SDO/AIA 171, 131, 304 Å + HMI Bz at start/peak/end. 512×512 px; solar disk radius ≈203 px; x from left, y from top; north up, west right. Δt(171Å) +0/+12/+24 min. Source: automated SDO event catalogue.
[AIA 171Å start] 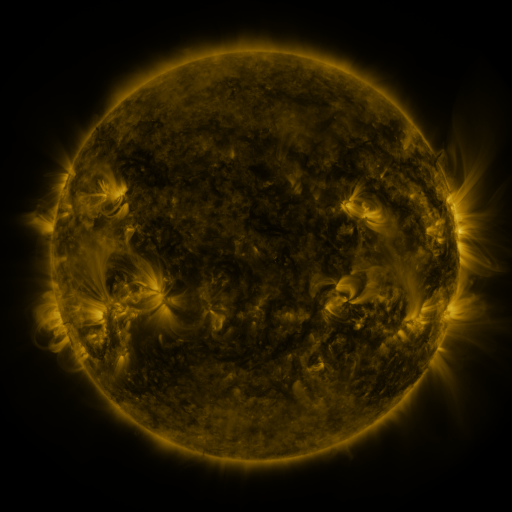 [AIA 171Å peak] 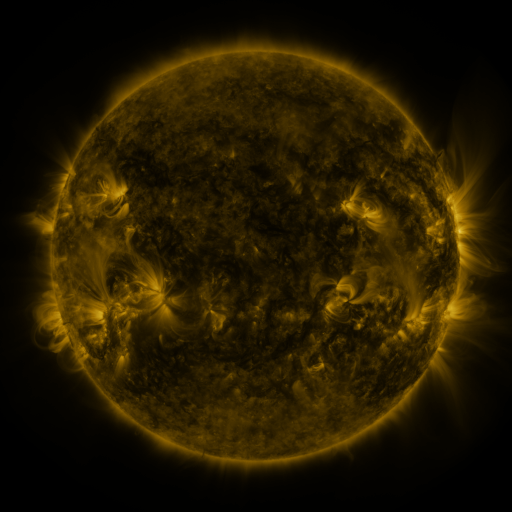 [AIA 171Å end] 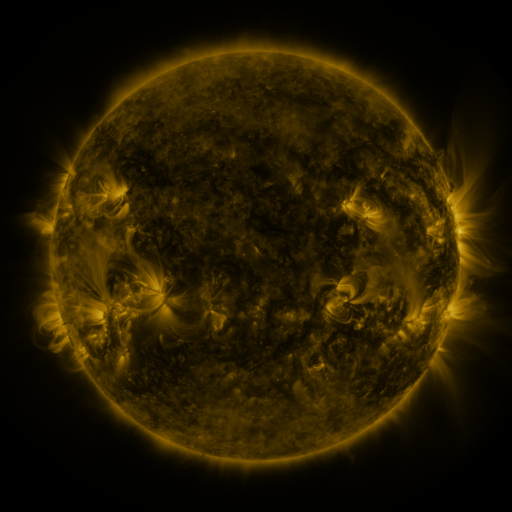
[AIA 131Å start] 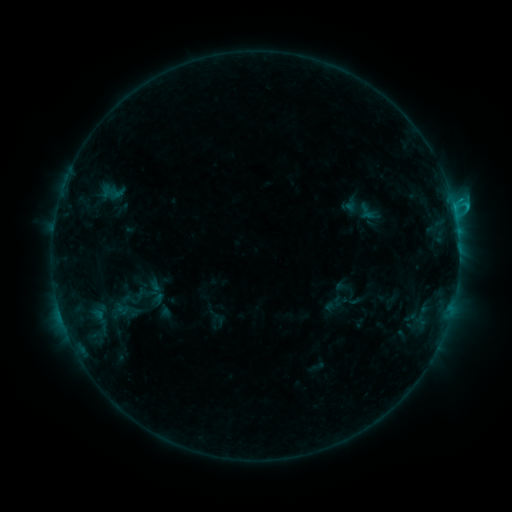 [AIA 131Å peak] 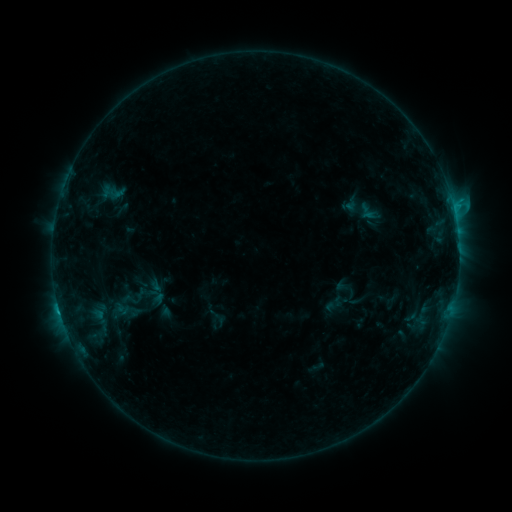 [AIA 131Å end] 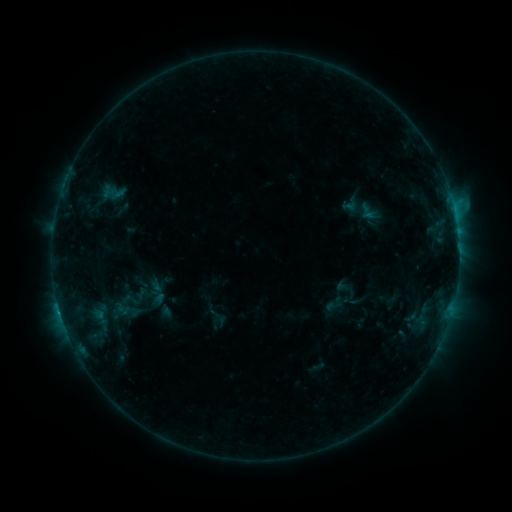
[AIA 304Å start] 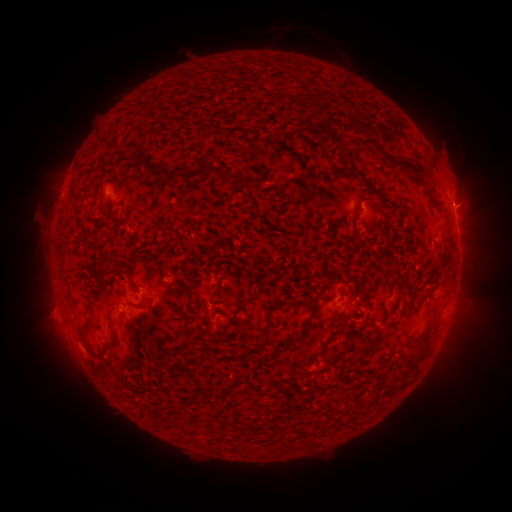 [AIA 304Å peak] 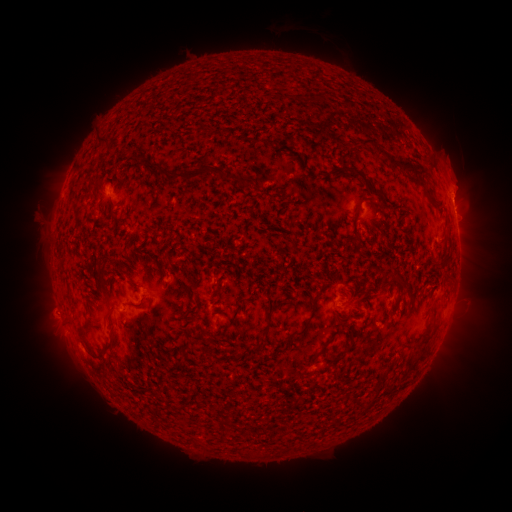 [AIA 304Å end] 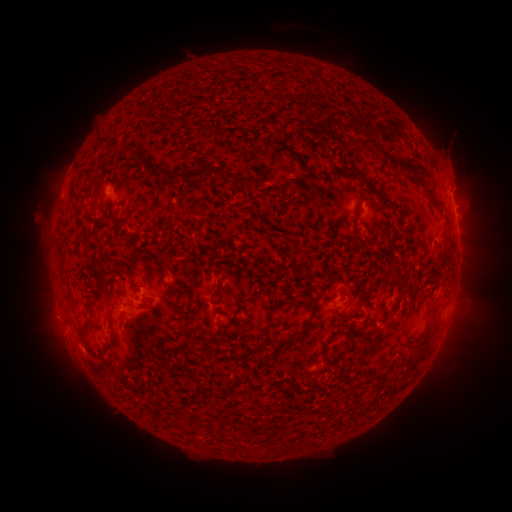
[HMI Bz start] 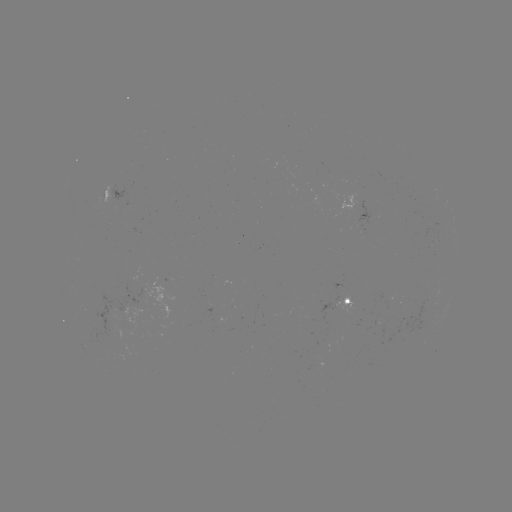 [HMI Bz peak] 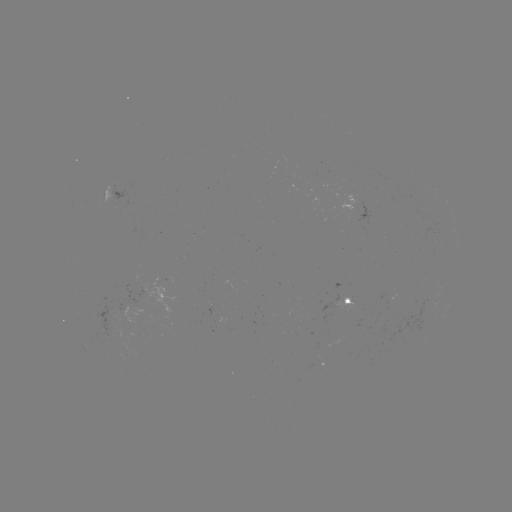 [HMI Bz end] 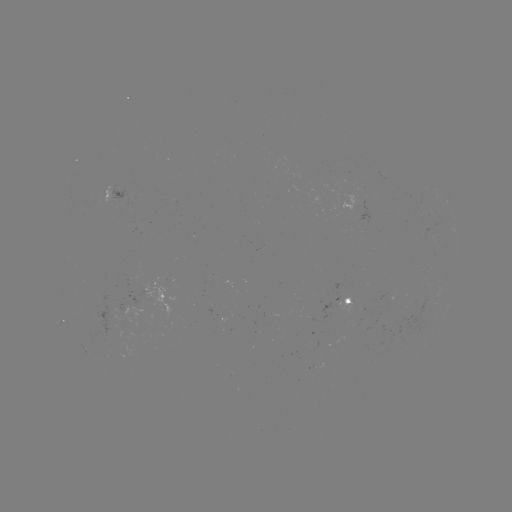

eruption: <bbox>433, 161, 490, 223</bbox>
